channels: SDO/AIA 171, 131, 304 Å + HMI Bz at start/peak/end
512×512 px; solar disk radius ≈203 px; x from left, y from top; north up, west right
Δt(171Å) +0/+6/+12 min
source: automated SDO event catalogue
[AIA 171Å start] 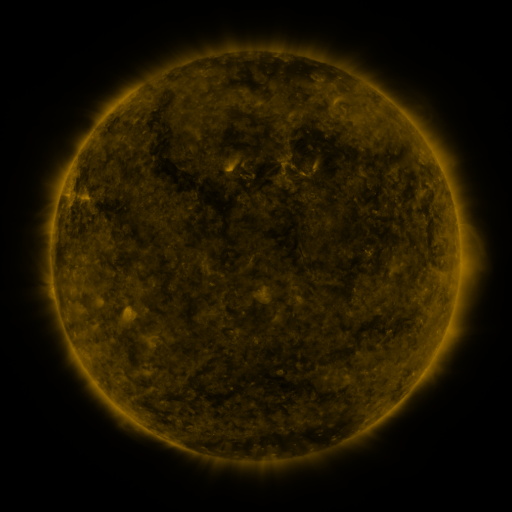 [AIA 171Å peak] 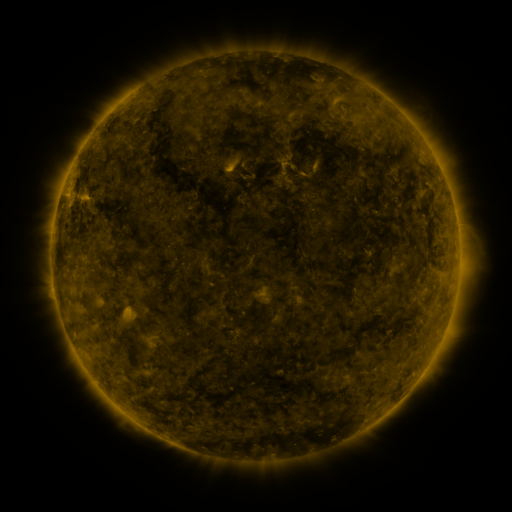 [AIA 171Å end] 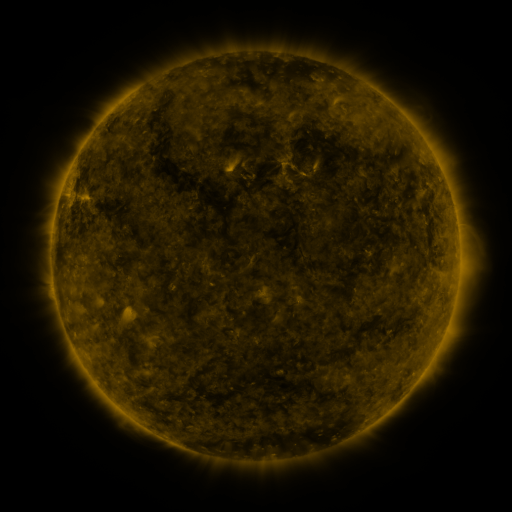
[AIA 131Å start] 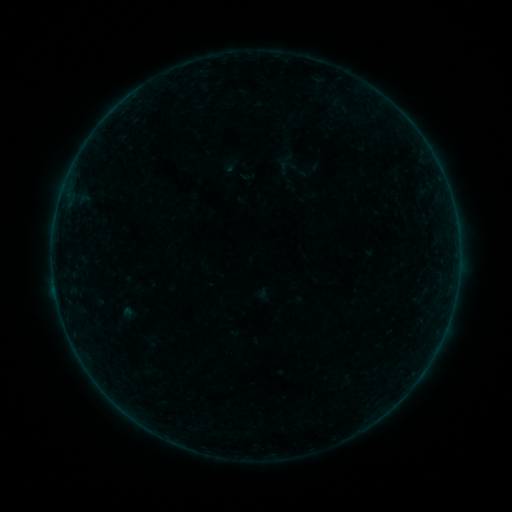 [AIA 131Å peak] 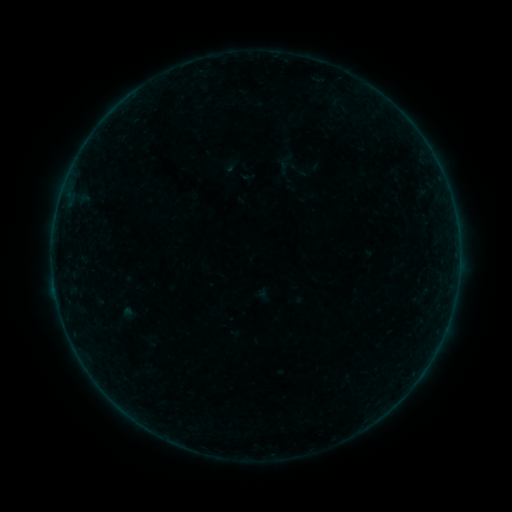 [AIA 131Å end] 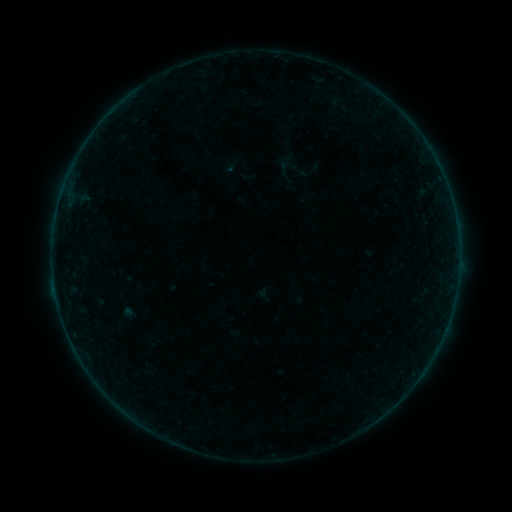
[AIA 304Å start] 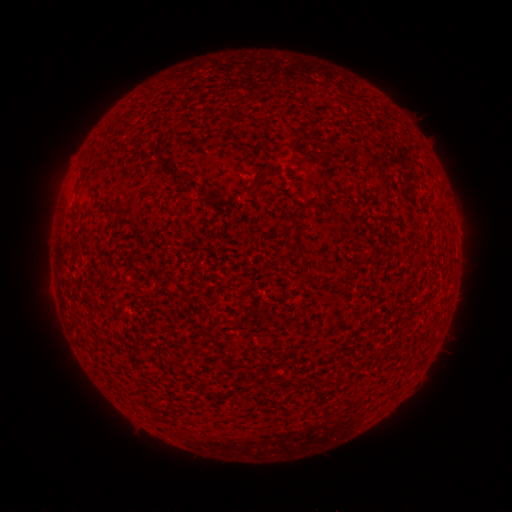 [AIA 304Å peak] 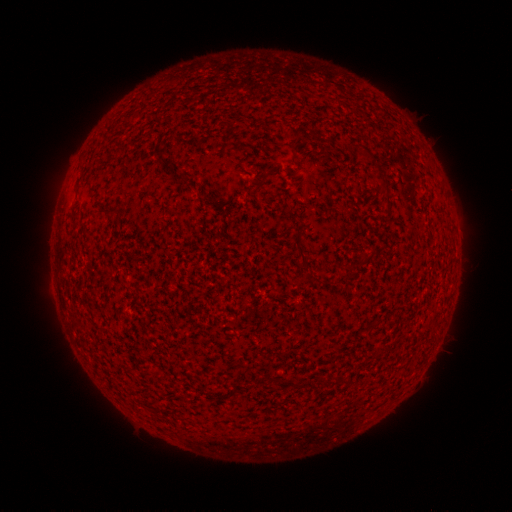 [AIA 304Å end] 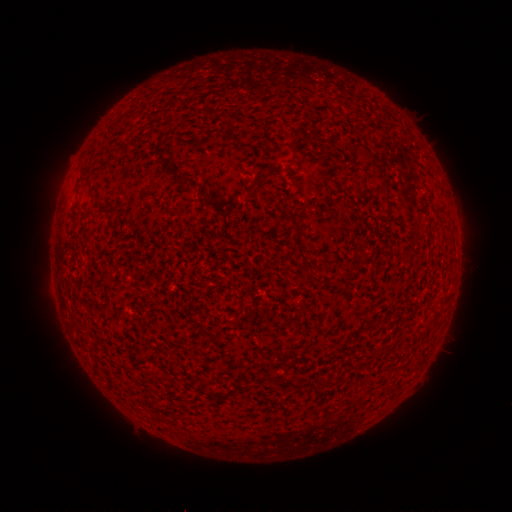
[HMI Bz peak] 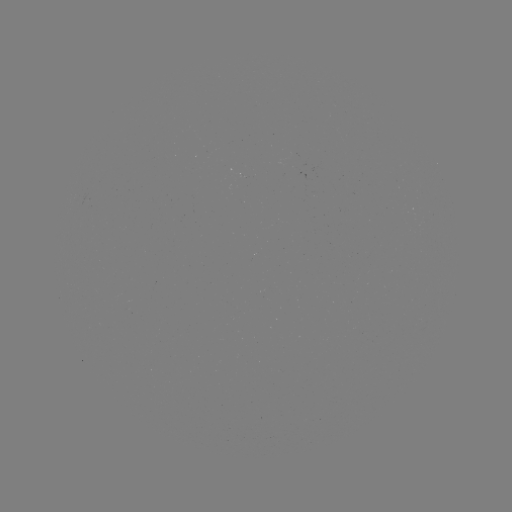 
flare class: B2.0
